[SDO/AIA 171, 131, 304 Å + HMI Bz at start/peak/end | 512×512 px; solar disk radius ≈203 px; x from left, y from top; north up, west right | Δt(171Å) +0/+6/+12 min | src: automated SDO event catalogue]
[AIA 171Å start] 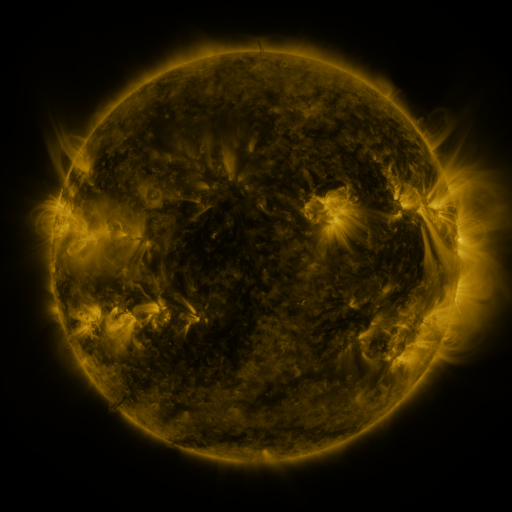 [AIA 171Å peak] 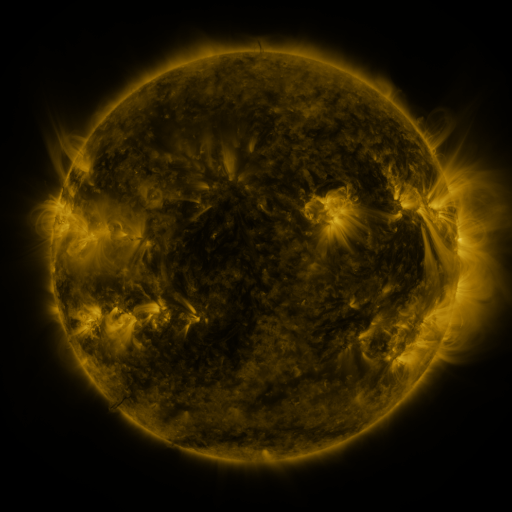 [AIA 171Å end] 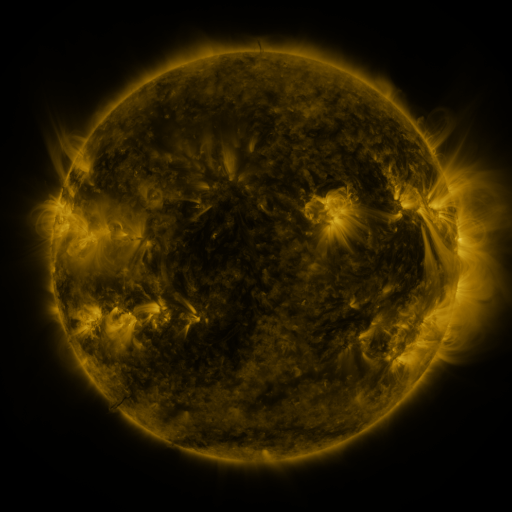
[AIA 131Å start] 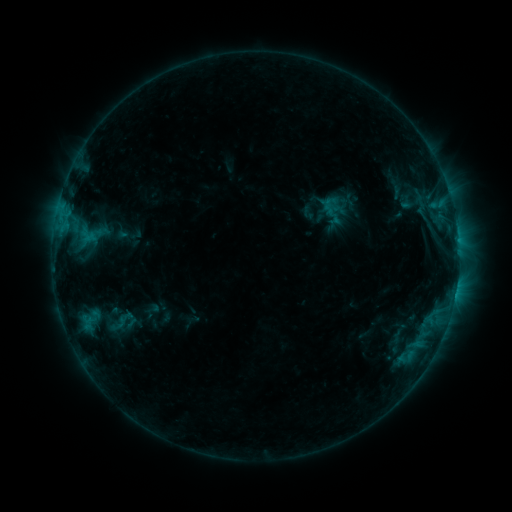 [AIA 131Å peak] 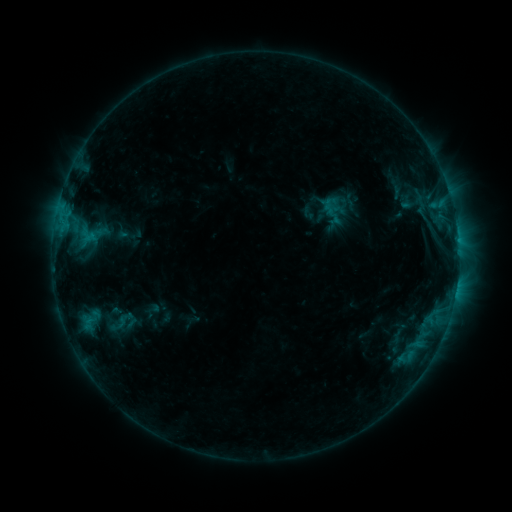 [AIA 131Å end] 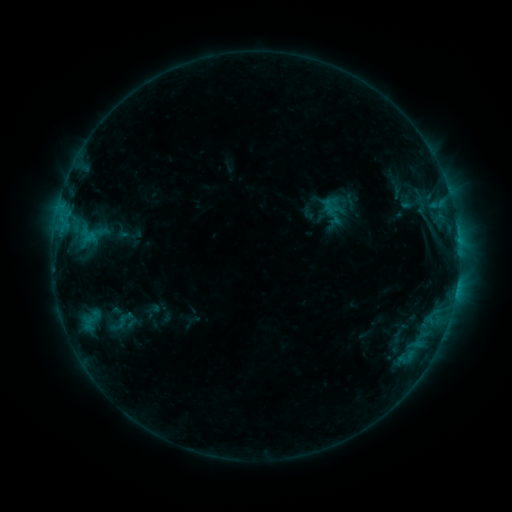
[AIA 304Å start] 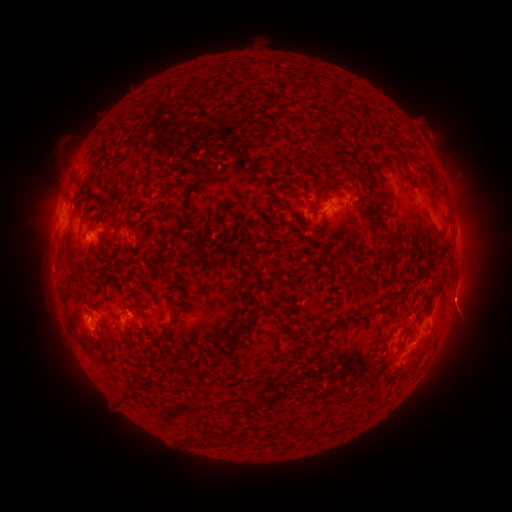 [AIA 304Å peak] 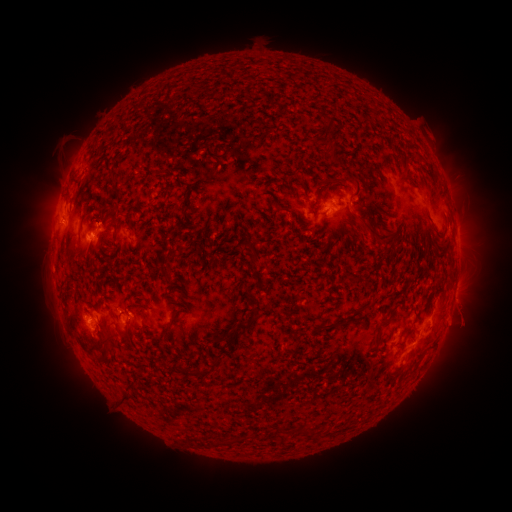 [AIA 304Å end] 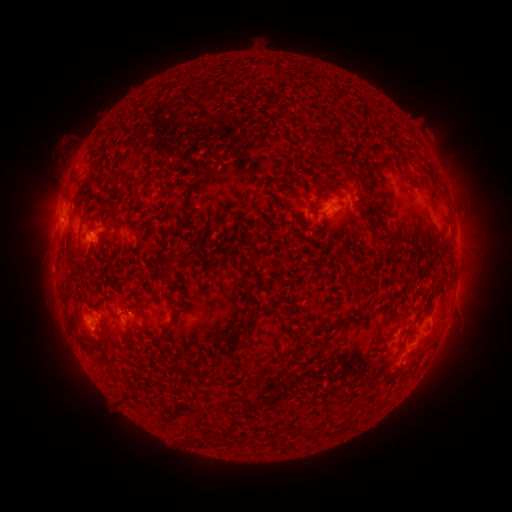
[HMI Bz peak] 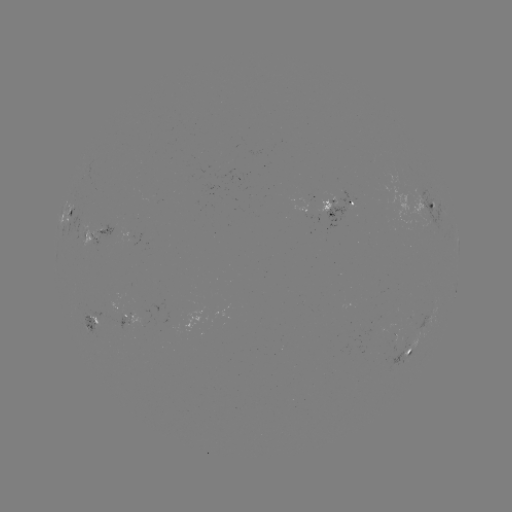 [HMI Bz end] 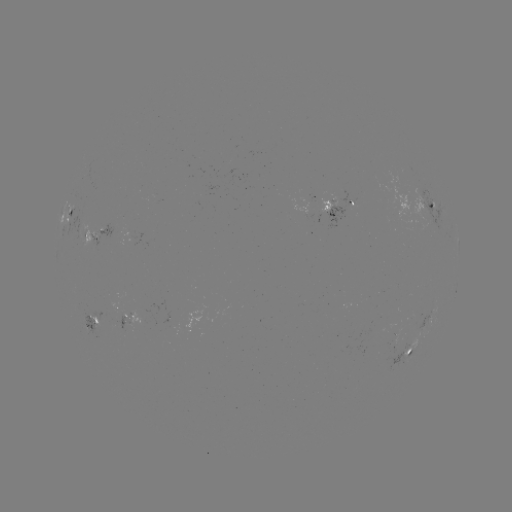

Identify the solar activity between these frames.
eruption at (467, 312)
